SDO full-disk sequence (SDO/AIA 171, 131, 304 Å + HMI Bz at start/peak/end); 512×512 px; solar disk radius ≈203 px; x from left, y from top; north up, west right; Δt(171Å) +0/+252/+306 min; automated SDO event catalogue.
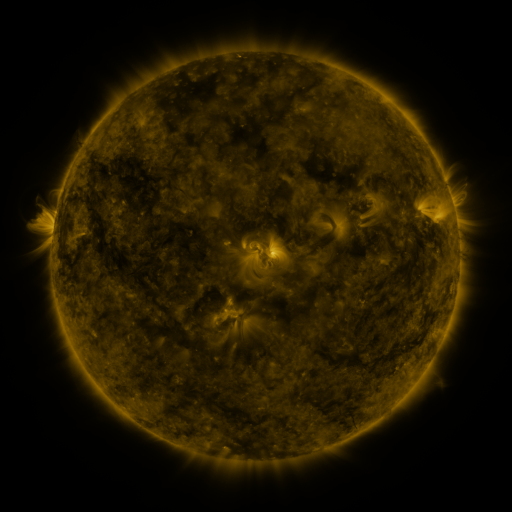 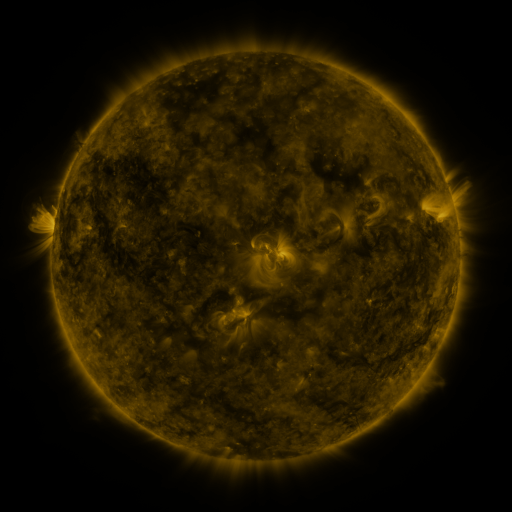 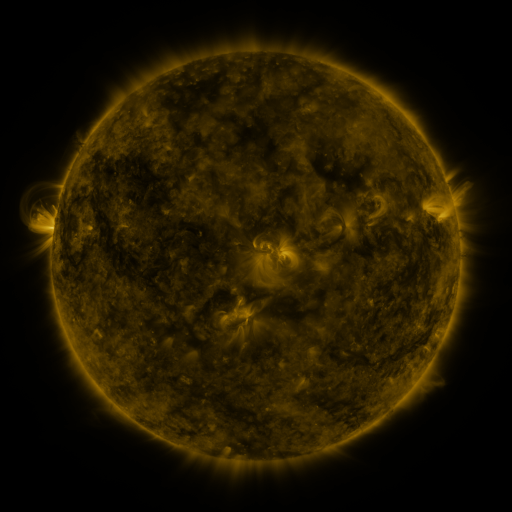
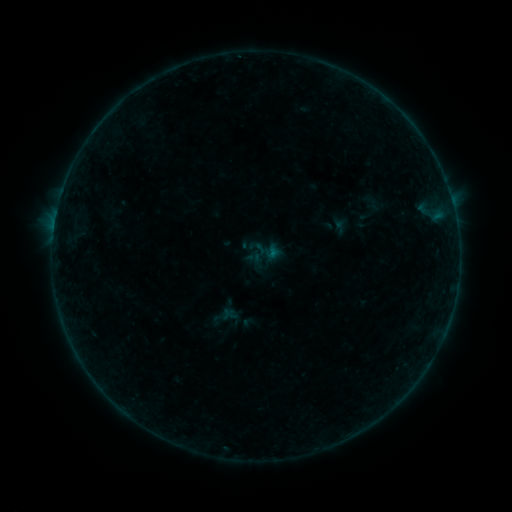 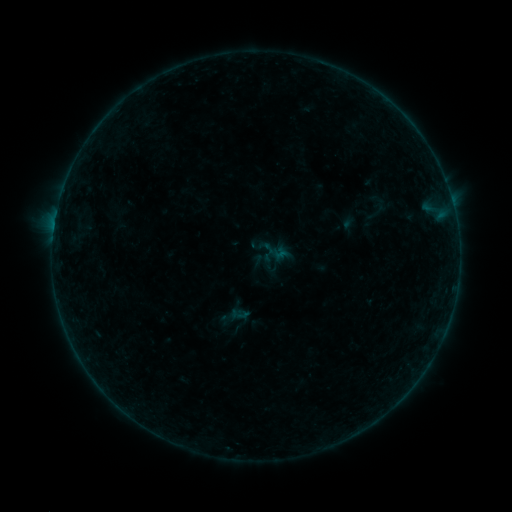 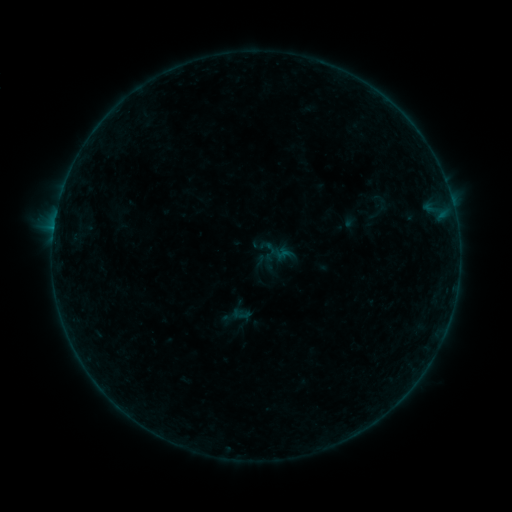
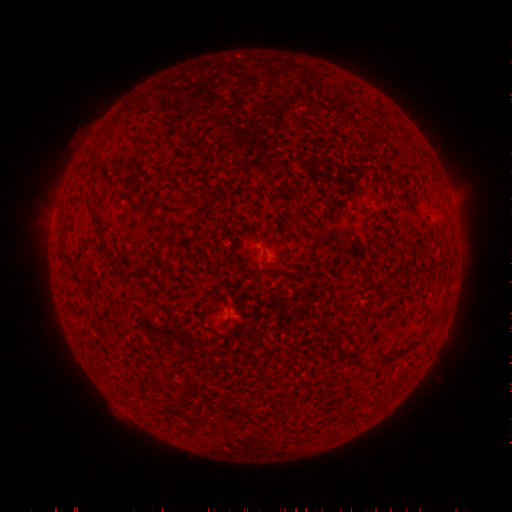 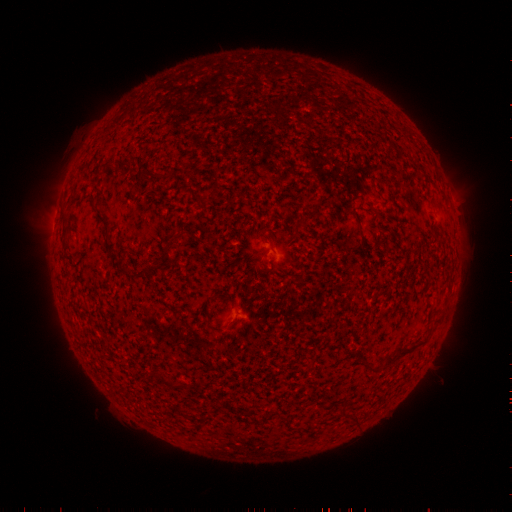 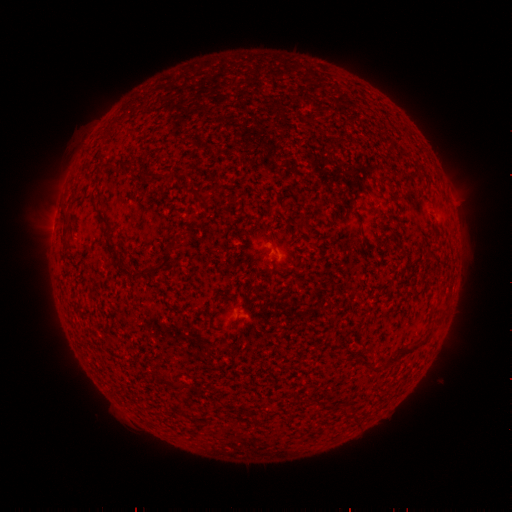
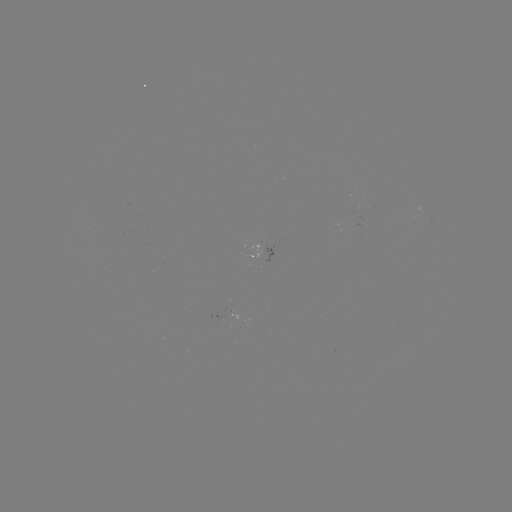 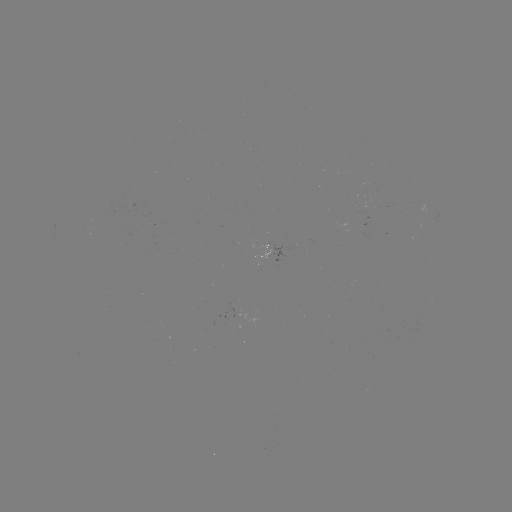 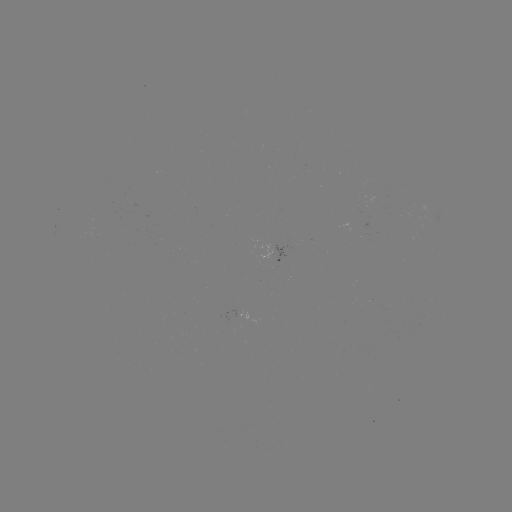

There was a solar emerging-flux region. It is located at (269, 253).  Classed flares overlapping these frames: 1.